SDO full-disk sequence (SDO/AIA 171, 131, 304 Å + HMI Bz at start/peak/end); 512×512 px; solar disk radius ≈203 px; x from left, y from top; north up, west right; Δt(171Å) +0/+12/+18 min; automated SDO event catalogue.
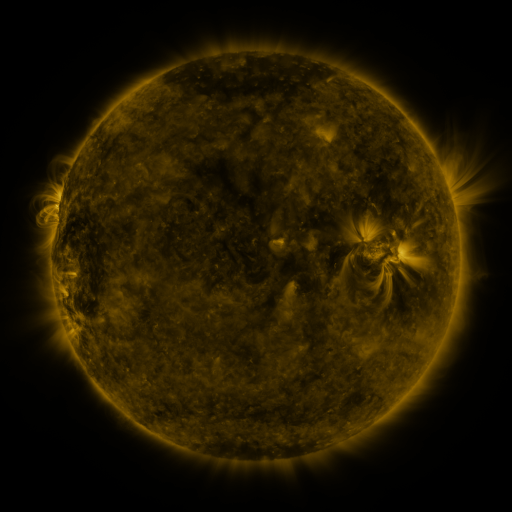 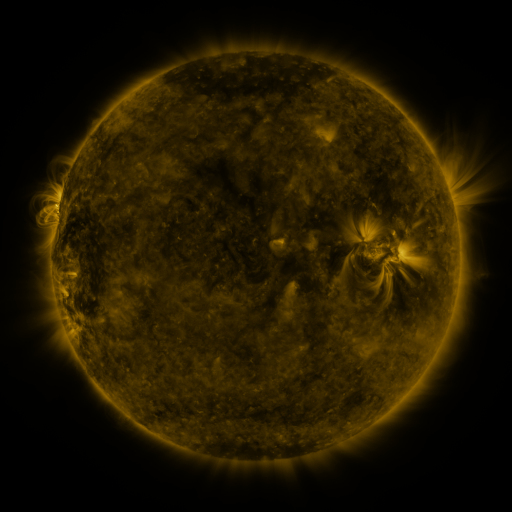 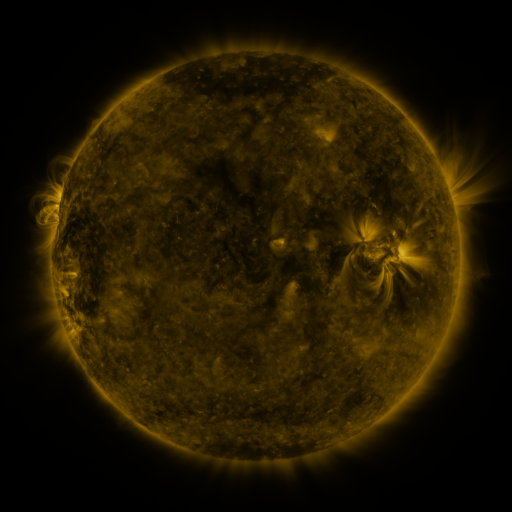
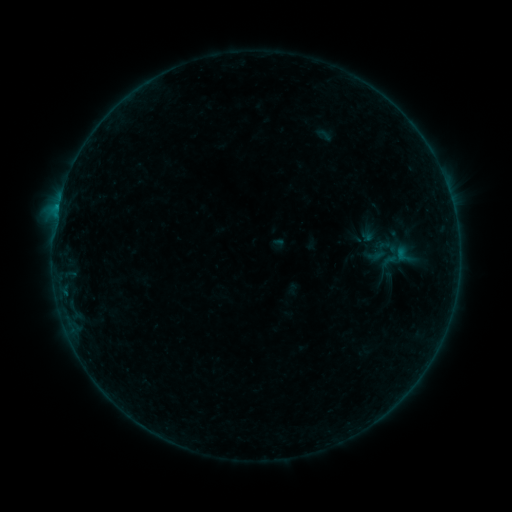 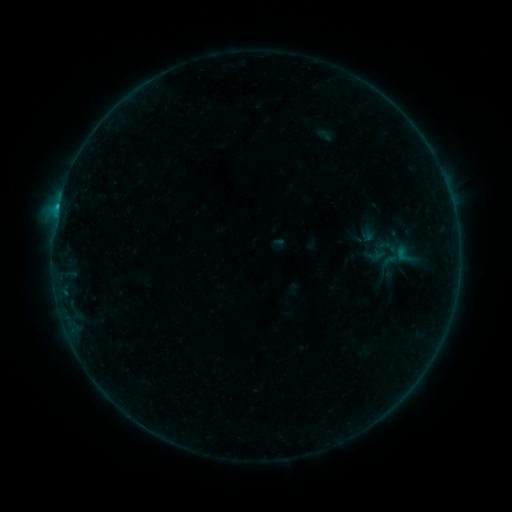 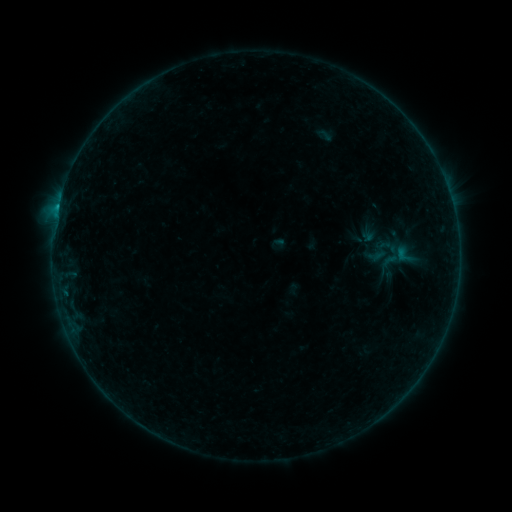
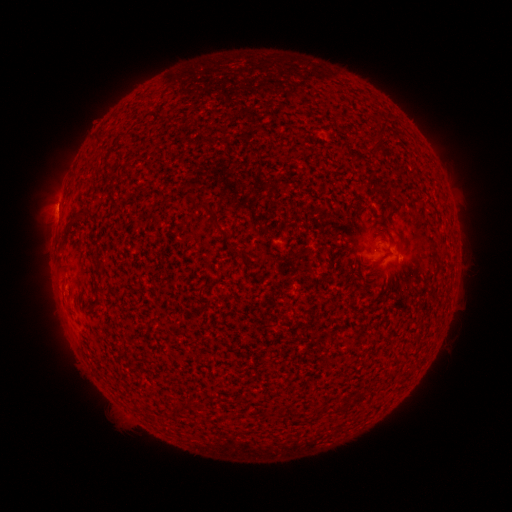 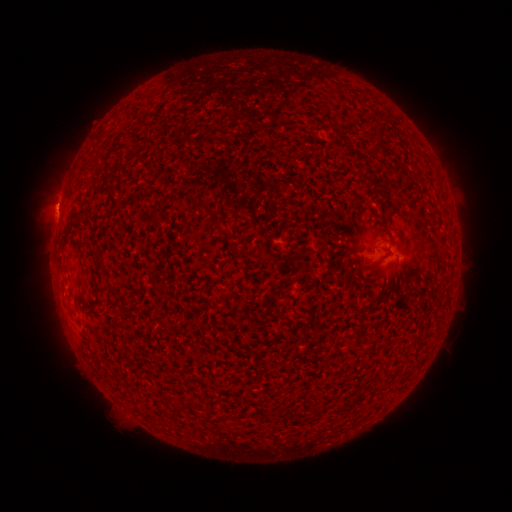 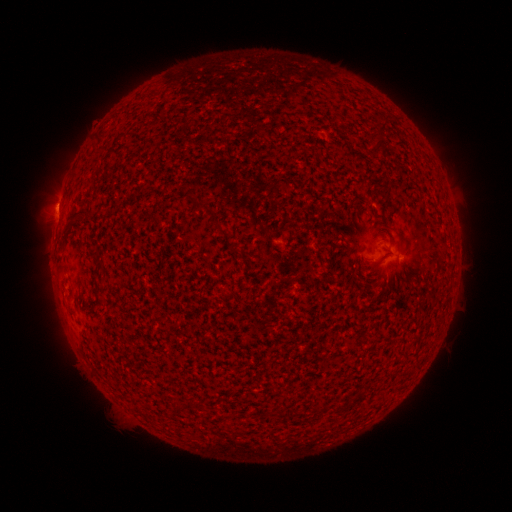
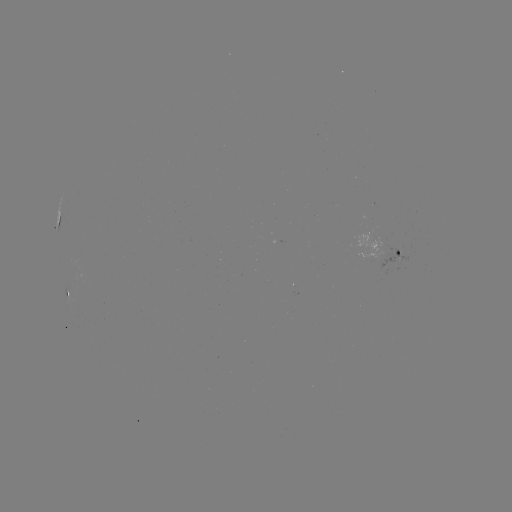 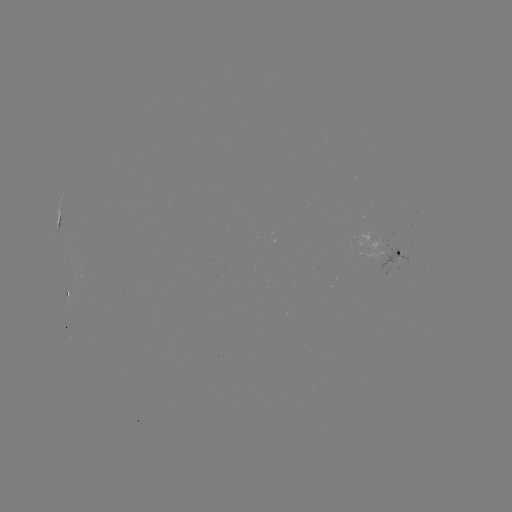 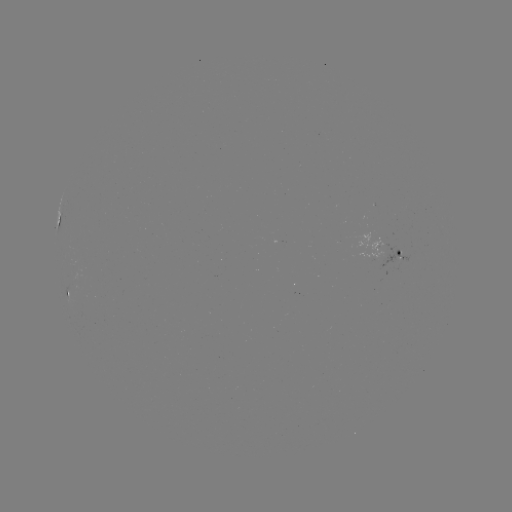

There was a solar flare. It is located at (58, 208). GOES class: B3.9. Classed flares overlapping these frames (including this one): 1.